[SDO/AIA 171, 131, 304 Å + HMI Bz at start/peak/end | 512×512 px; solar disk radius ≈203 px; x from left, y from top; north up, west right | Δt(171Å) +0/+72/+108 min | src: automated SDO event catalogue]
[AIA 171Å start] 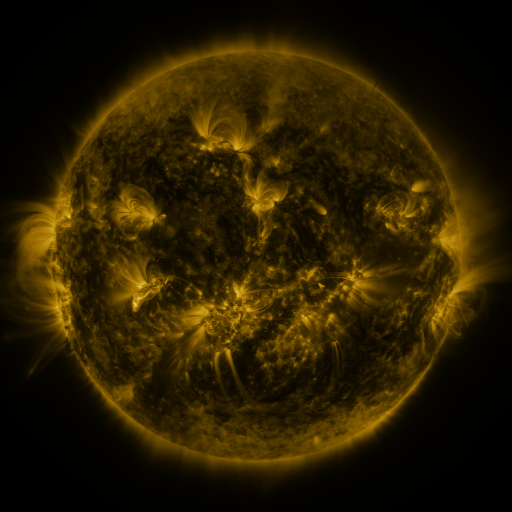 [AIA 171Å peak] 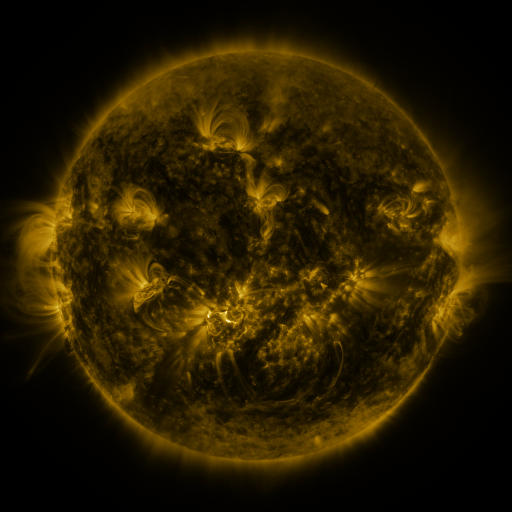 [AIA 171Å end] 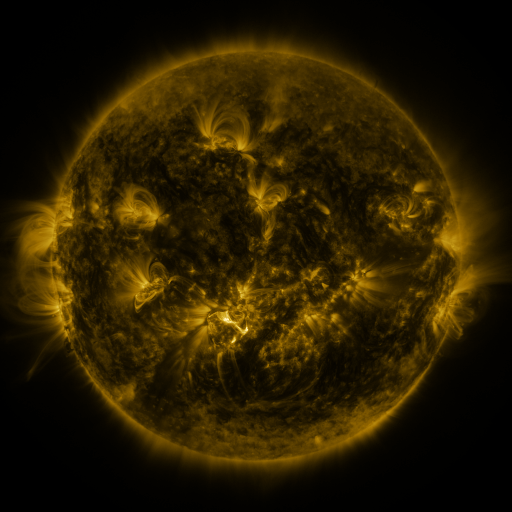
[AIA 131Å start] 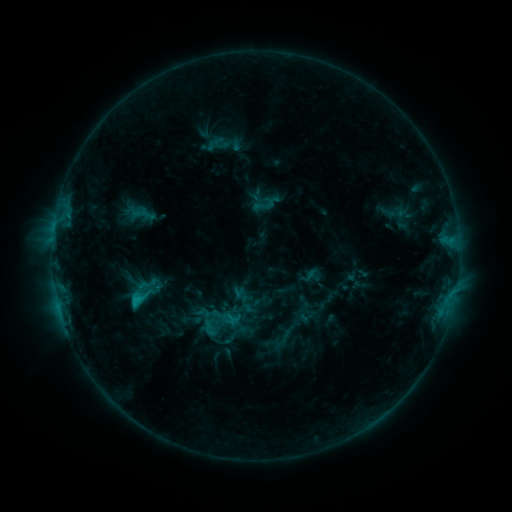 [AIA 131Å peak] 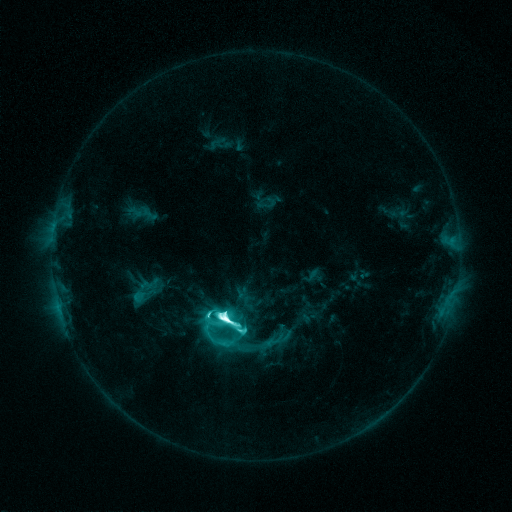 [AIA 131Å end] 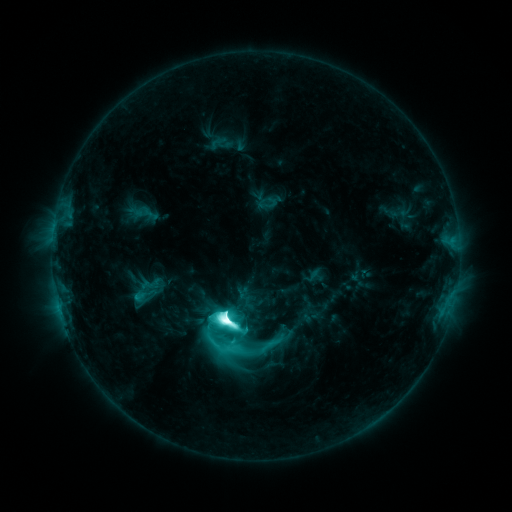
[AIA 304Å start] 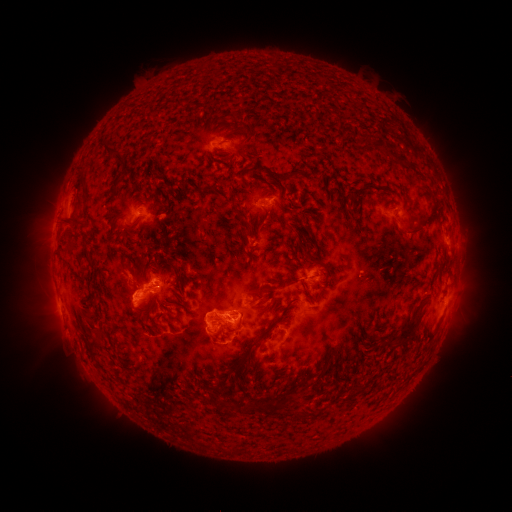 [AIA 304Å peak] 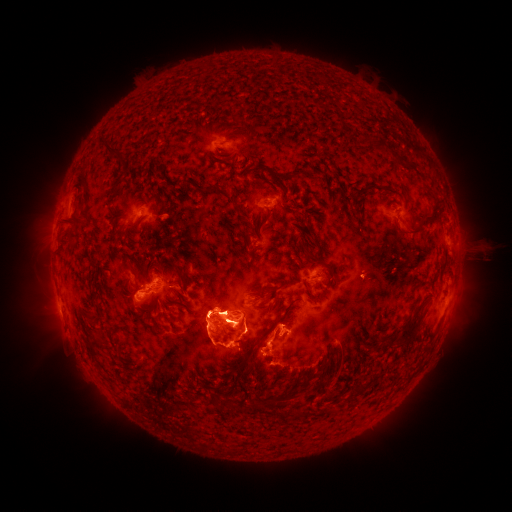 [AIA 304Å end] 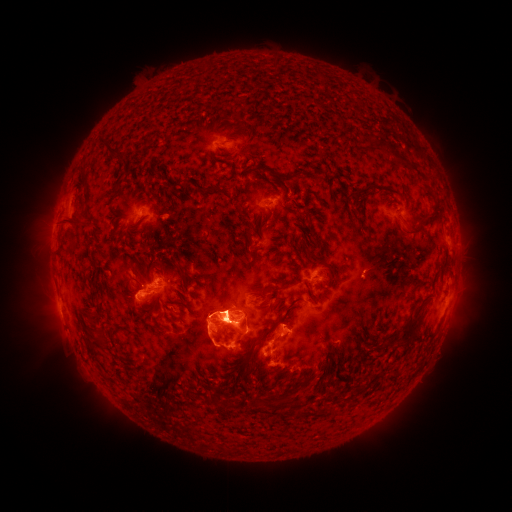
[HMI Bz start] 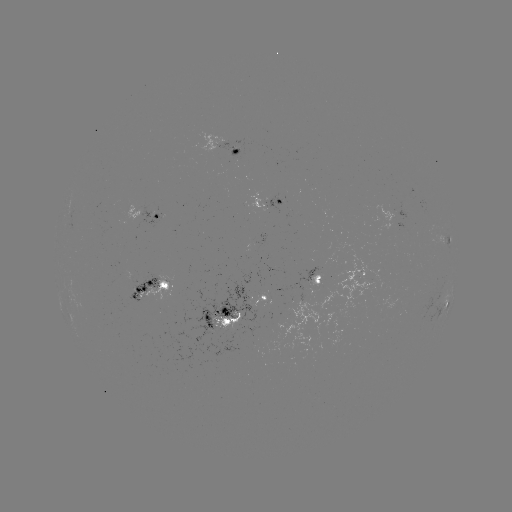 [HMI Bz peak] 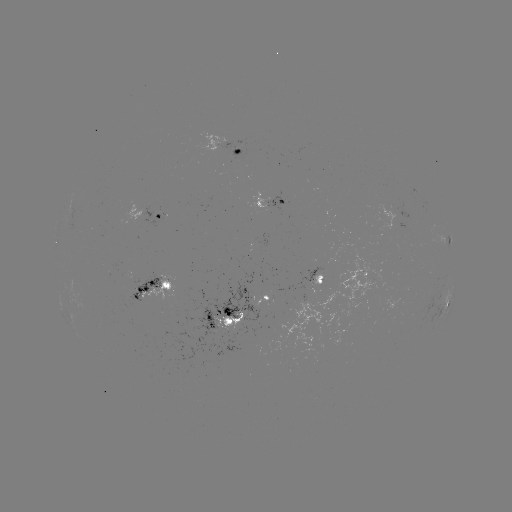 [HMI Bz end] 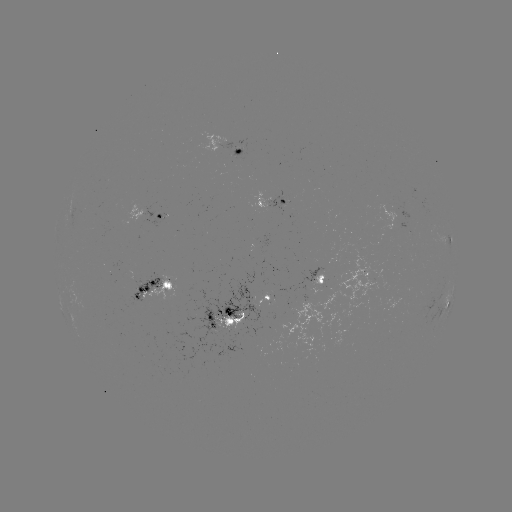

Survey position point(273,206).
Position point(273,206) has emerging-flux region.